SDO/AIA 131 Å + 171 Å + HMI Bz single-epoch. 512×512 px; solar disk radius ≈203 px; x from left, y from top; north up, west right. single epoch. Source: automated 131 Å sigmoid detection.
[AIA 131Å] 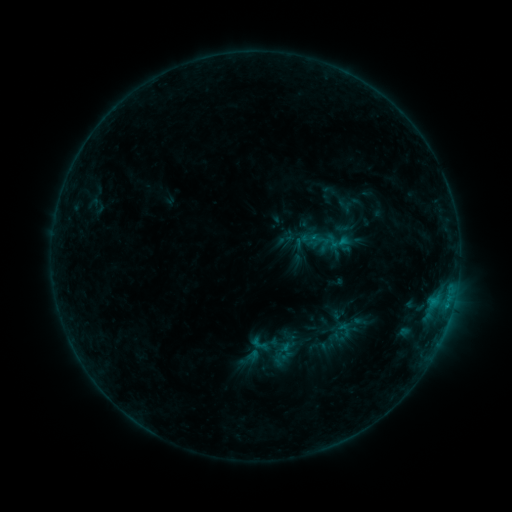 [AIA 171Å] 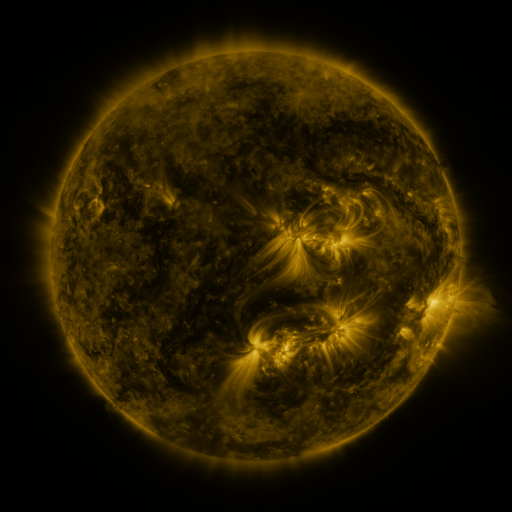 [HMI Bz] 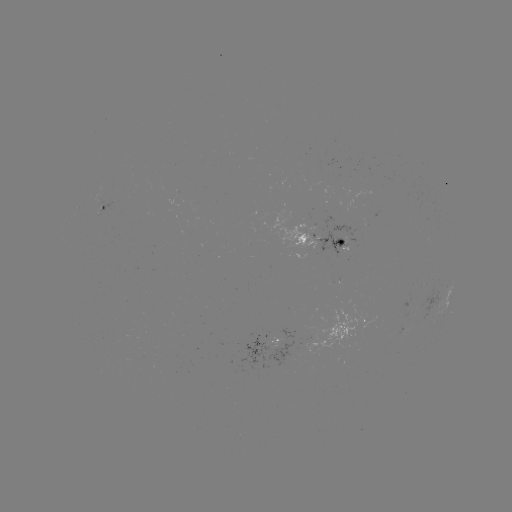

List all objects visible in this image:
sigmoid: [247, 331, 273, 357]
